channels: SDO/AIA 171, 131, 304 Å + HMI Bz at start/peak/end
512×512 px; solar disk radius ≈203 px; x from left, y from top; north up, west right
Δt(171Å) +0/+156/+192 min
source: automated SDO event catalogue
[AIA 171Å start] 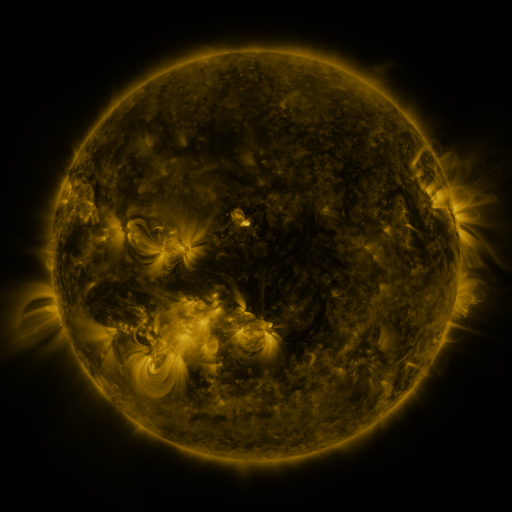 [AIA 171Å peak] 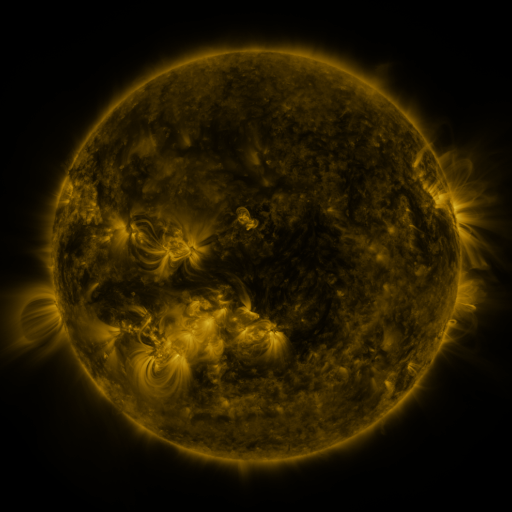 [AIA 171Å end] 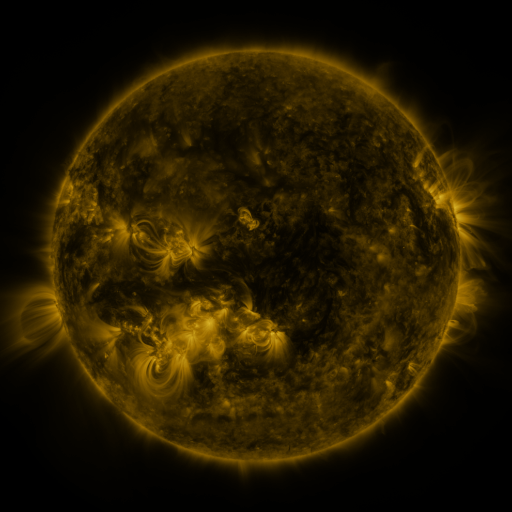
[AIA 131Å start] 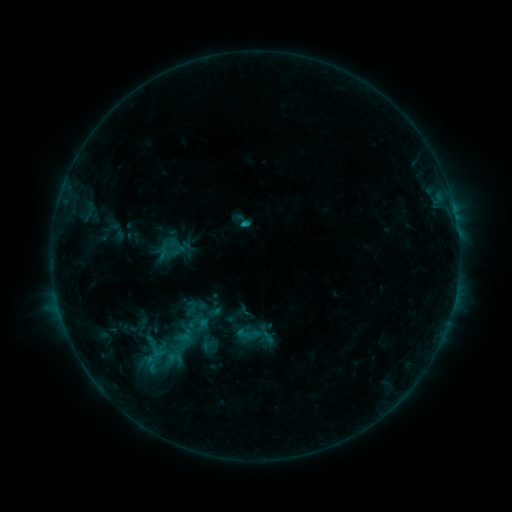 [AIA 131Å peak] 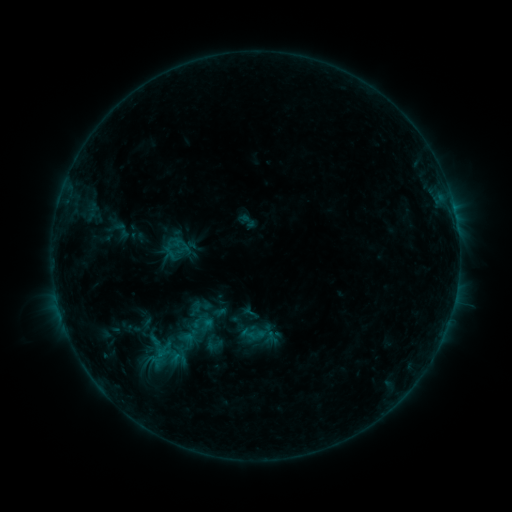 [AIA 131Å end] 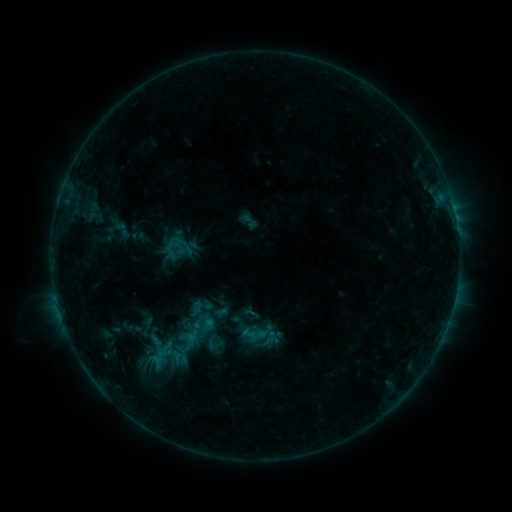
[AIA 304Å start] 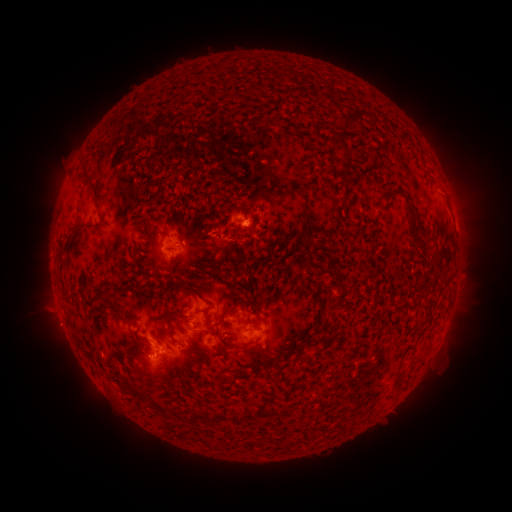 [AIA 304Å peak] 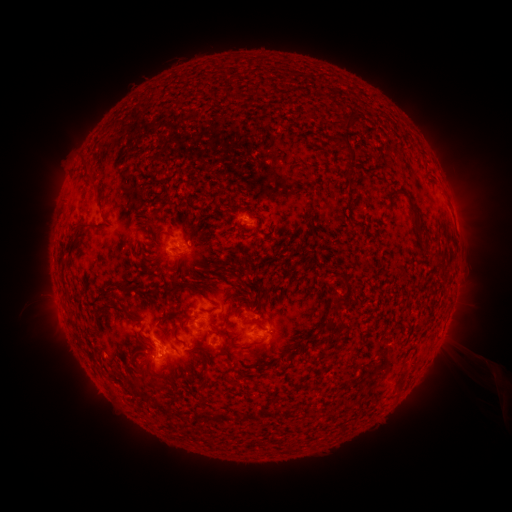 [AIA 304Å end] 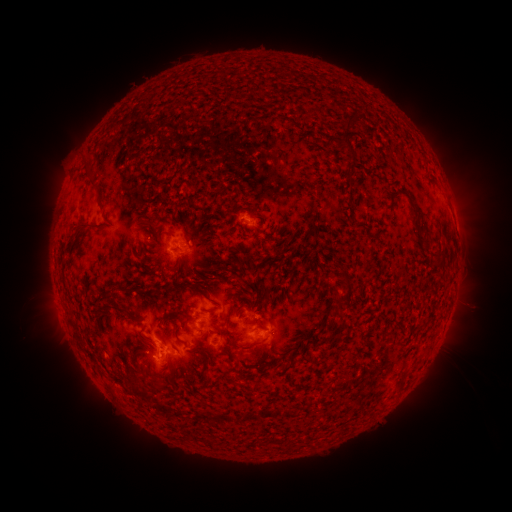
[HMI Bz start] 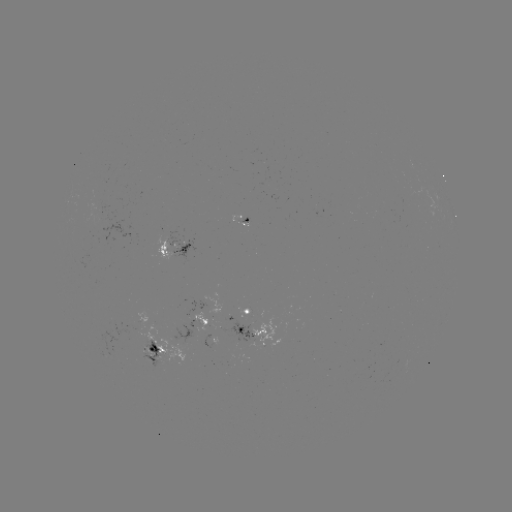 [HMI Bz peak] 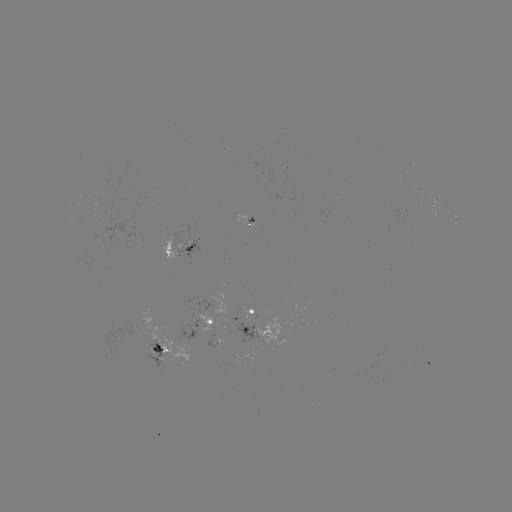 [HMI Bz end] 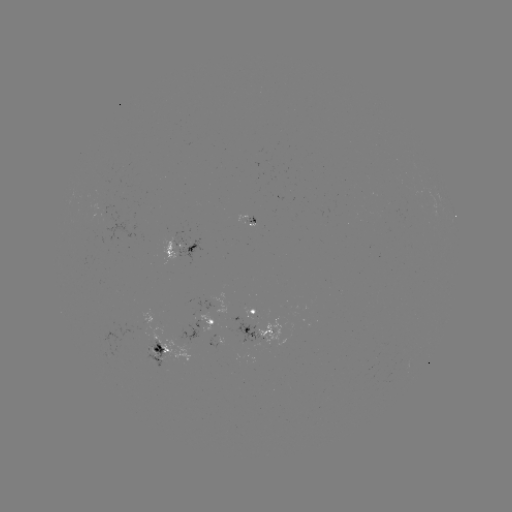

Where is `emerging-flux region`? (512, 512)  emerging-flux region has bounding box [242, 216, 254, 222].